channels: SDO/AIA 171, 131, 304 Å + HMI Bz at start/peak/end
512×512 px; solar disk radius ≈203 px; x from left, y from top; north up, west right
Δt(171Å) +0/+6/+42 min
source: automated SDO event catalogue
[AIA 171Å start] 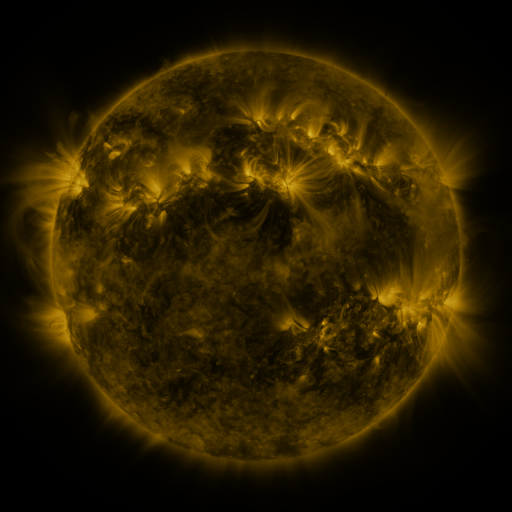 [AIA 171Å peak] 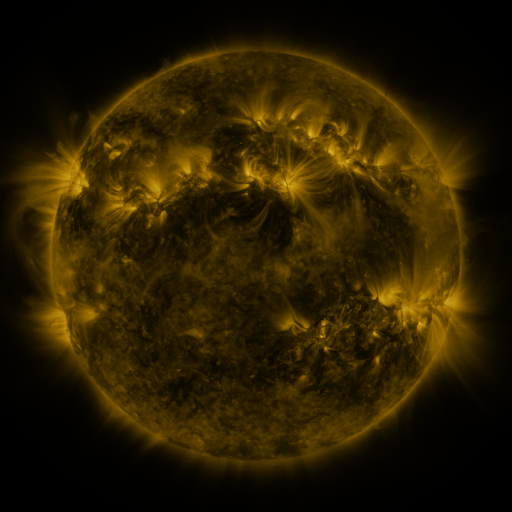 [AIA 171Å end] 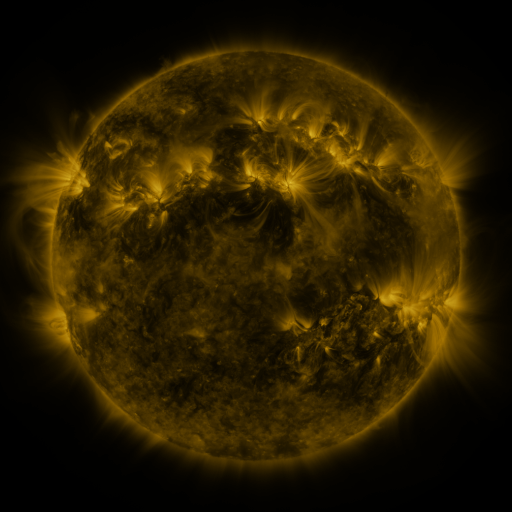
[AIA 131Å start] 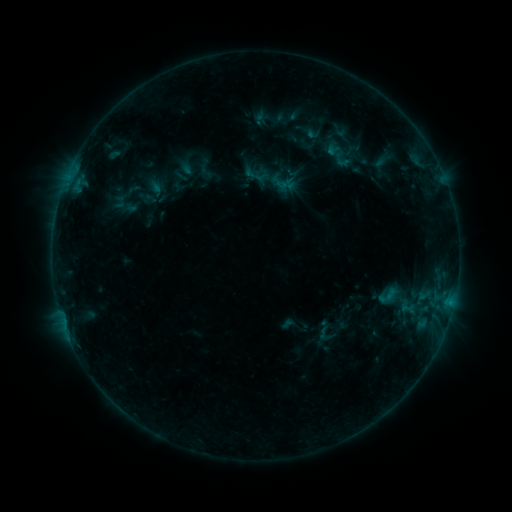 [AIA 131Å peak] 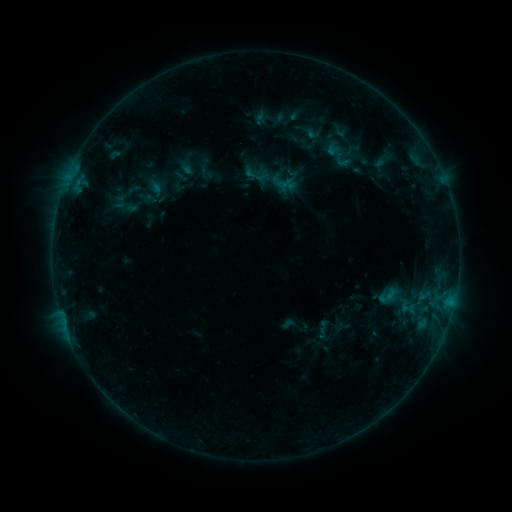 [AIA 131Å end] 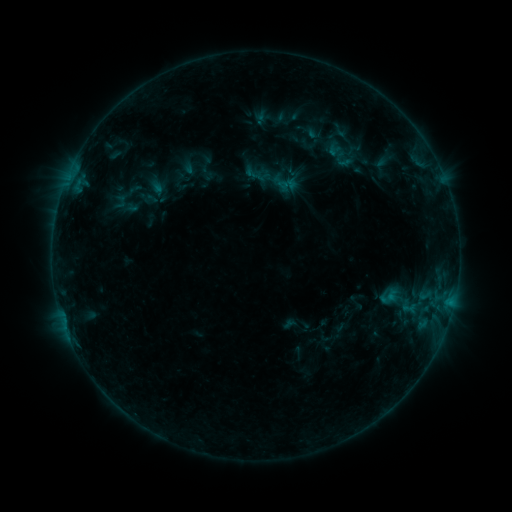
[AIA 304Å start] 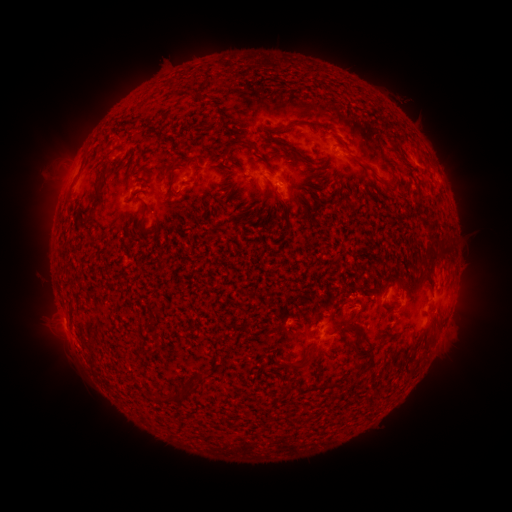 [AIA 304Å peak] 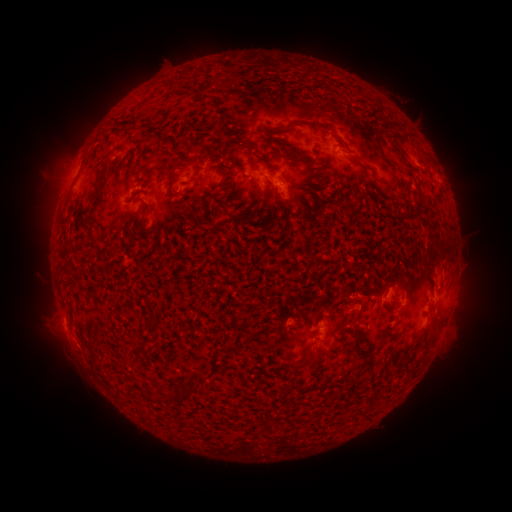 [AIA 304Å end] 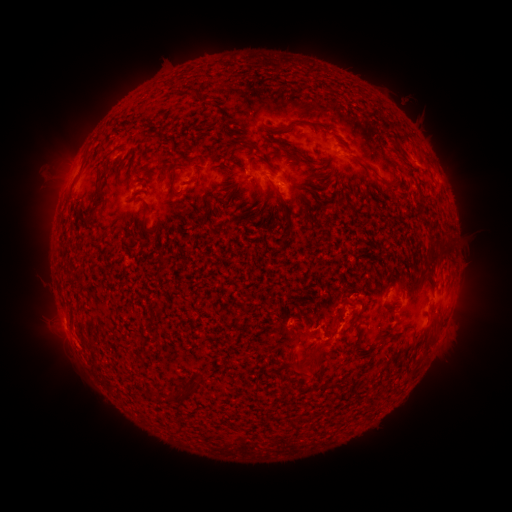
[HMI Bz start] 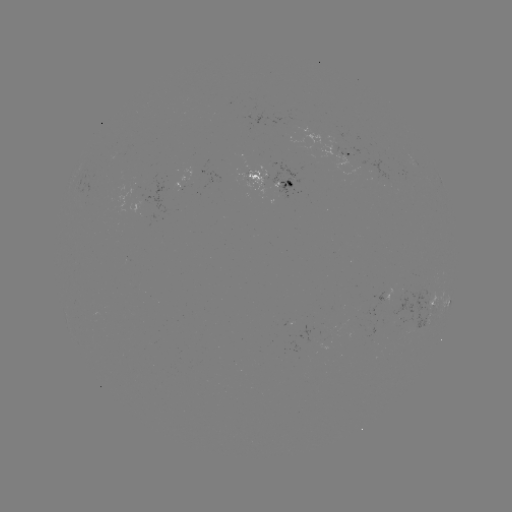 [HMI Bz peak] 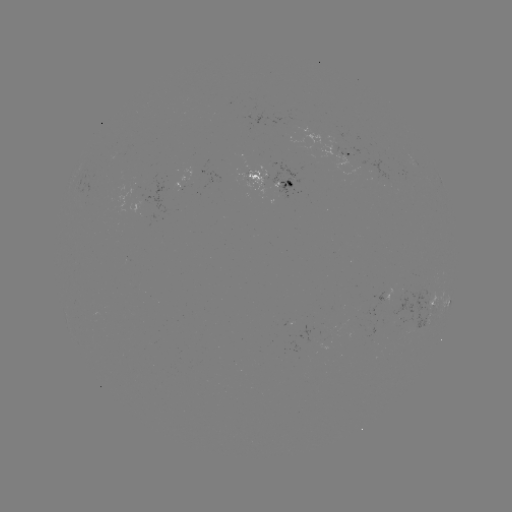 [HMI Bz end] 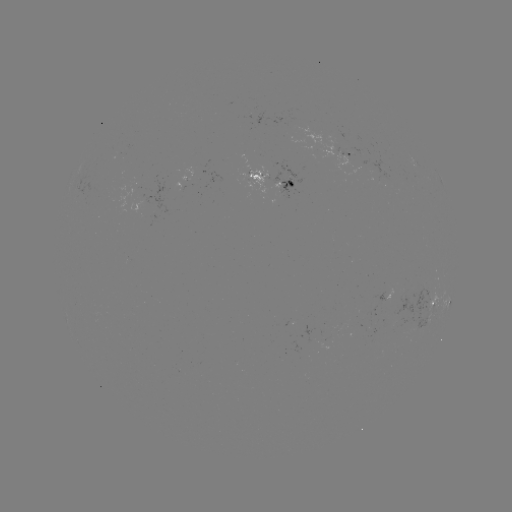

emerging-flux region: (180, 170, 190, 181)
